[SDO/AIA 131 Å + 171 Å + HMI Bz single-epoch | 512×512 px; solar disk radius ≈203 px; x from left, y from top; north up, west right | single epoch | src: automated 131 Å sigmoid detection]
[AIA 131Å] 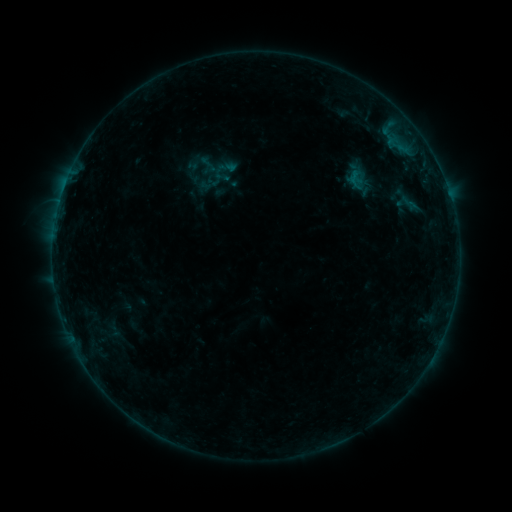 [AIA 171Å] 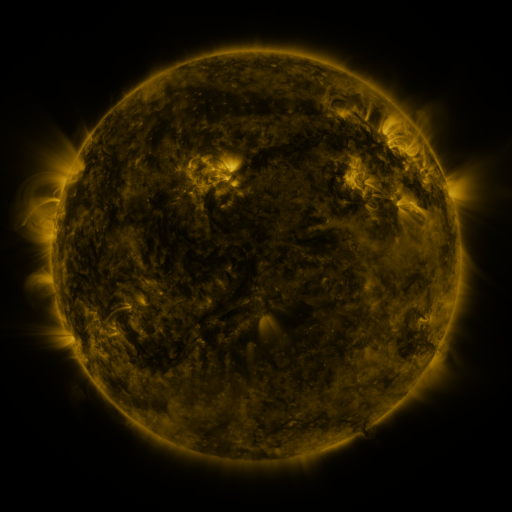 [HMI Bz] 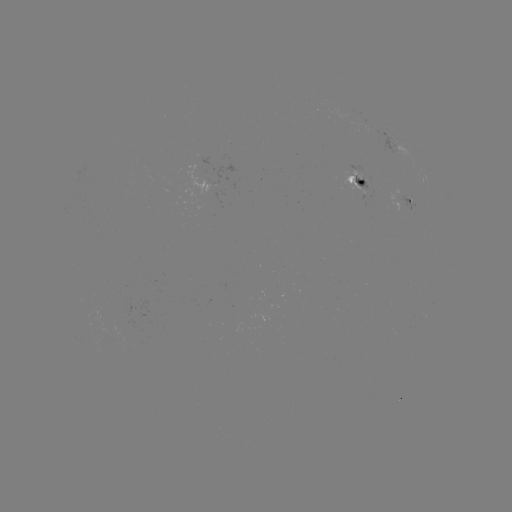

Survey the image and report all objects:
sigmoid: (225, 169)
